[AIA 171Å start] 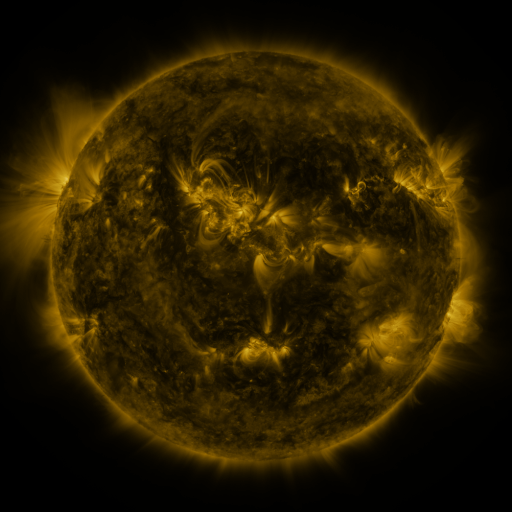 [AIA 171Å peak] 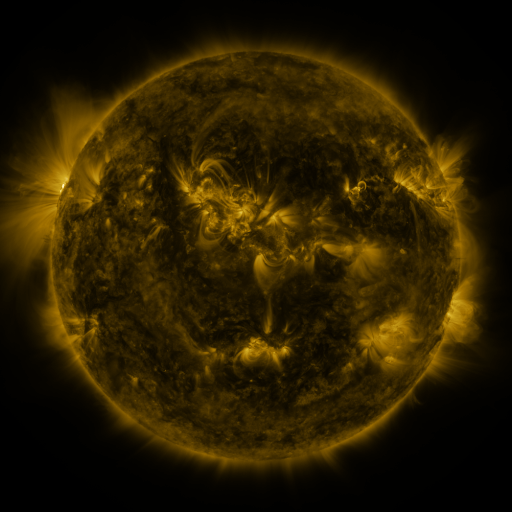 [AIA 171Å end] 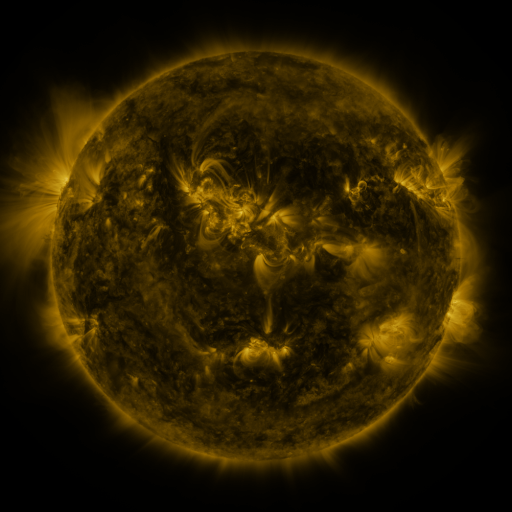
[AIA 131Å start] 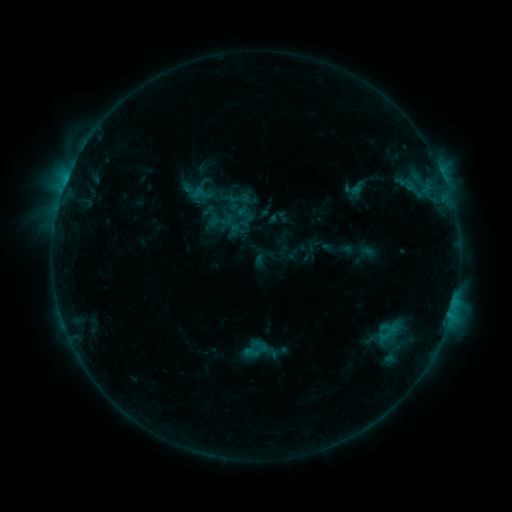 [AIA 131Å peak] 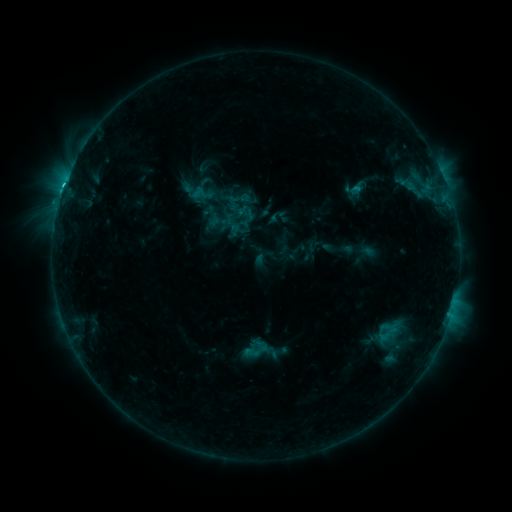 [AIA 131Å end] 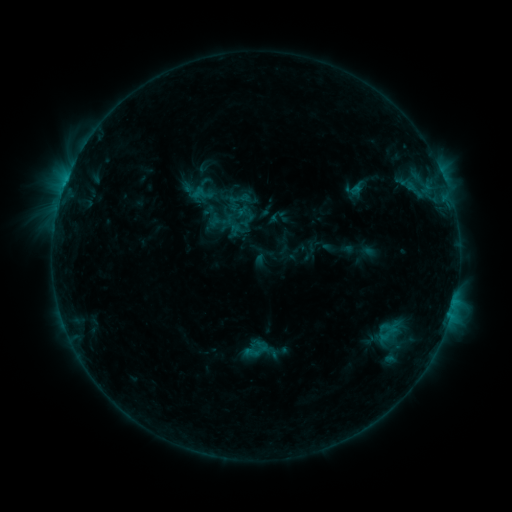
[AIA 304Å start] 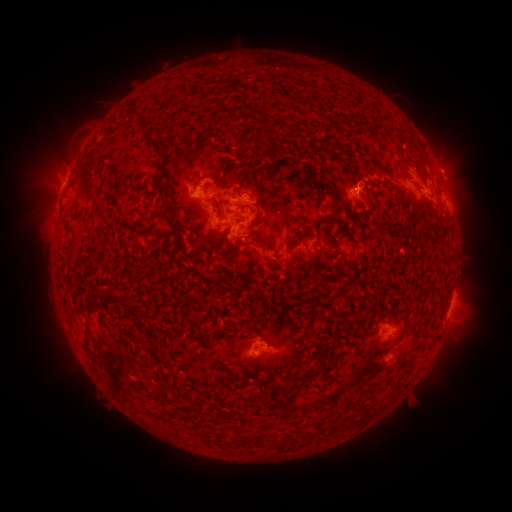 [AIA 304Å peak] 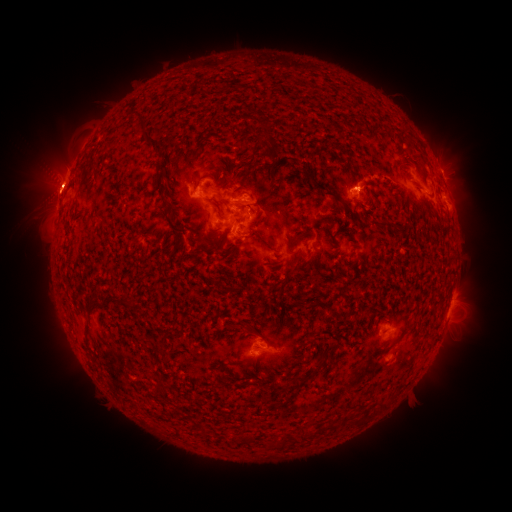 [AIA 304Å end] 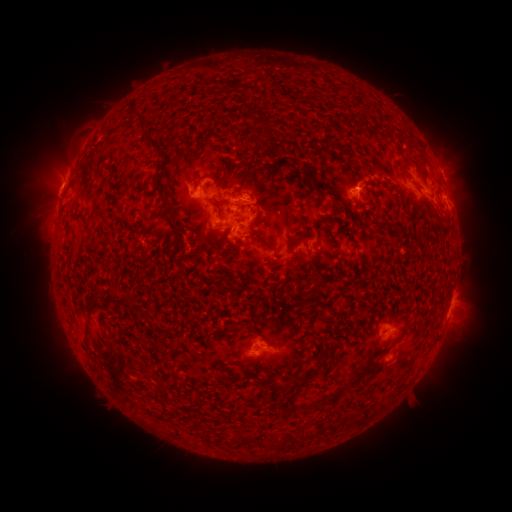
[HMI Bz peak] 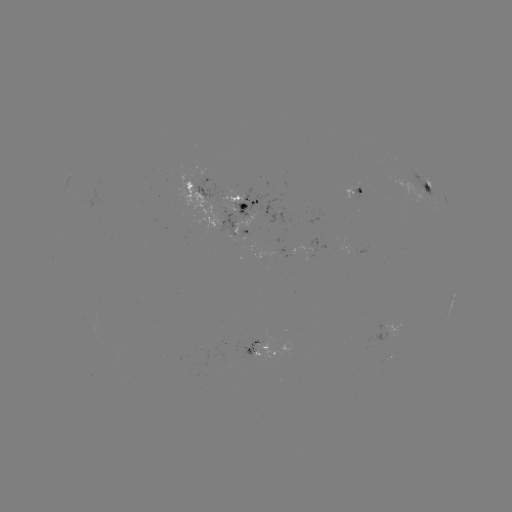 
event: flare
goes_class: C1.6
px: (58, 208)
